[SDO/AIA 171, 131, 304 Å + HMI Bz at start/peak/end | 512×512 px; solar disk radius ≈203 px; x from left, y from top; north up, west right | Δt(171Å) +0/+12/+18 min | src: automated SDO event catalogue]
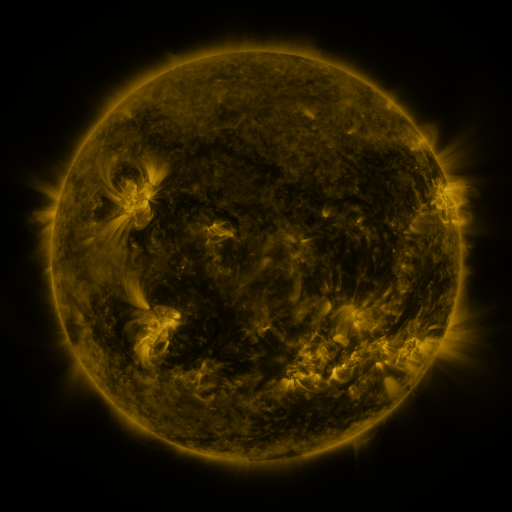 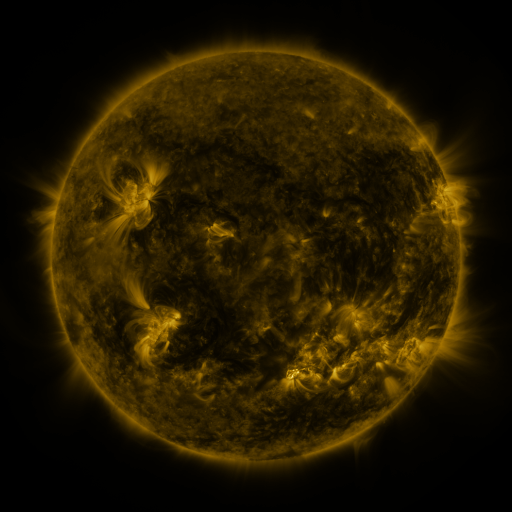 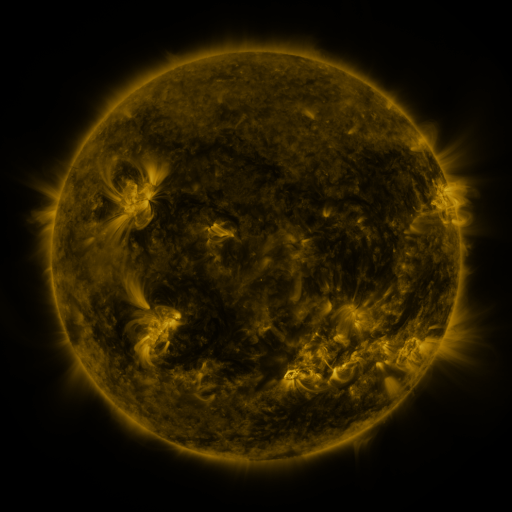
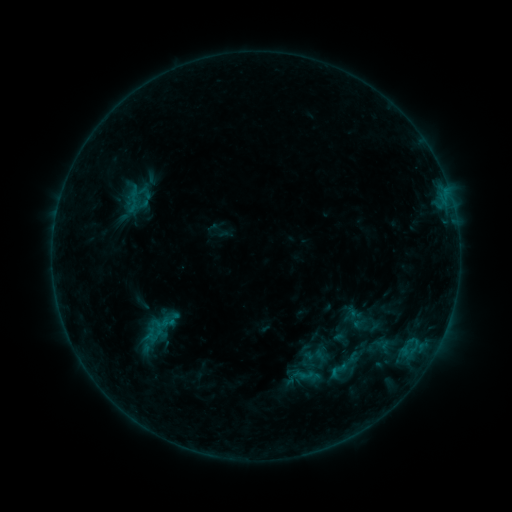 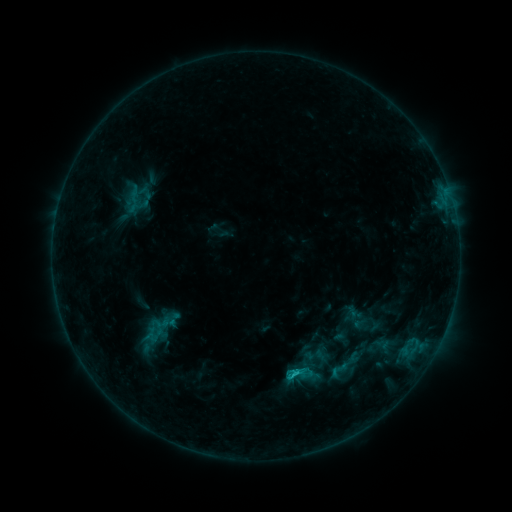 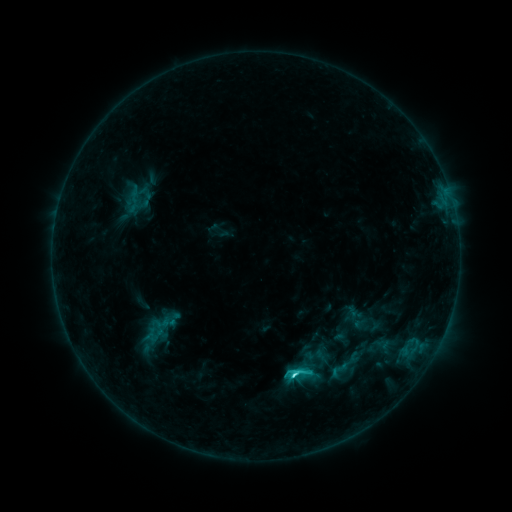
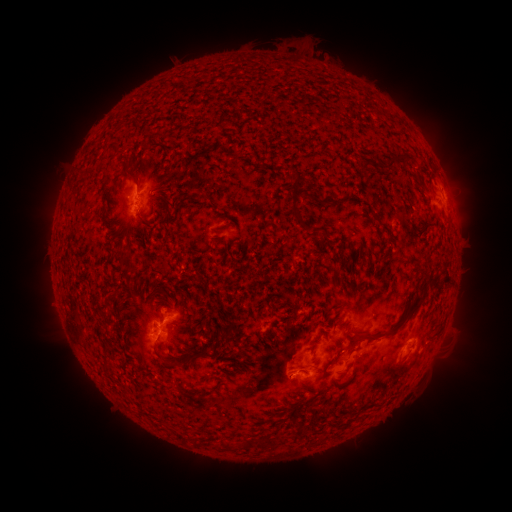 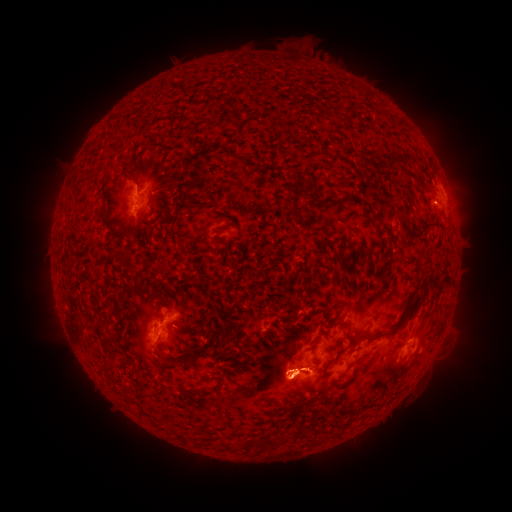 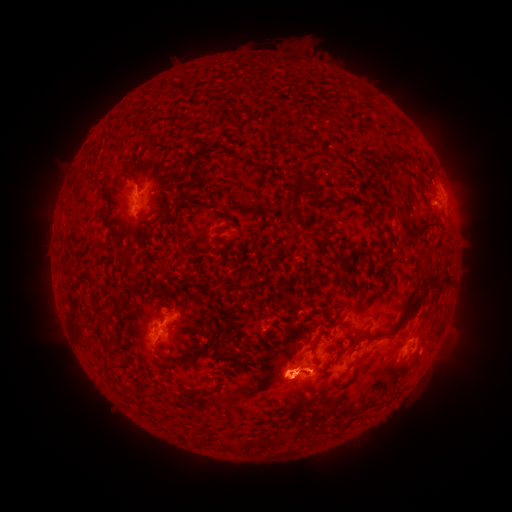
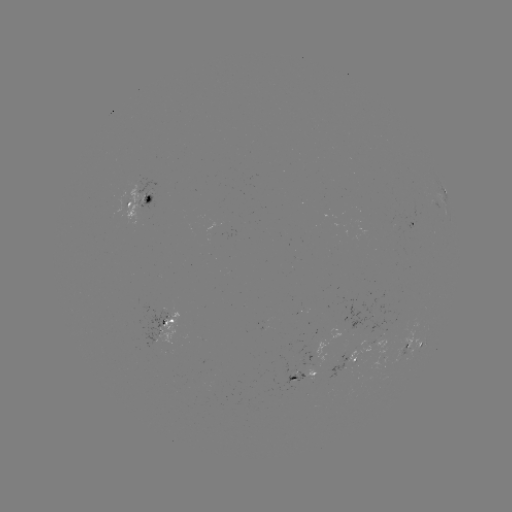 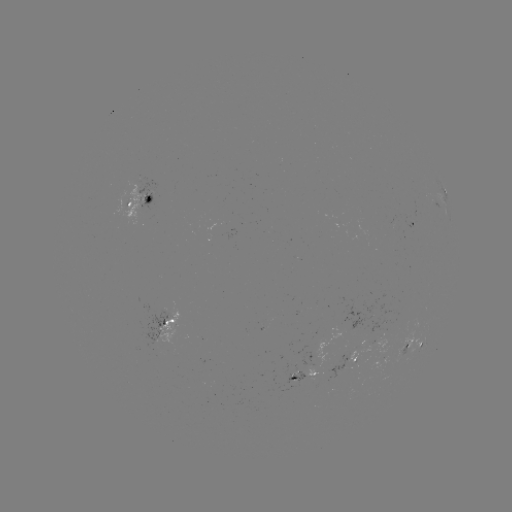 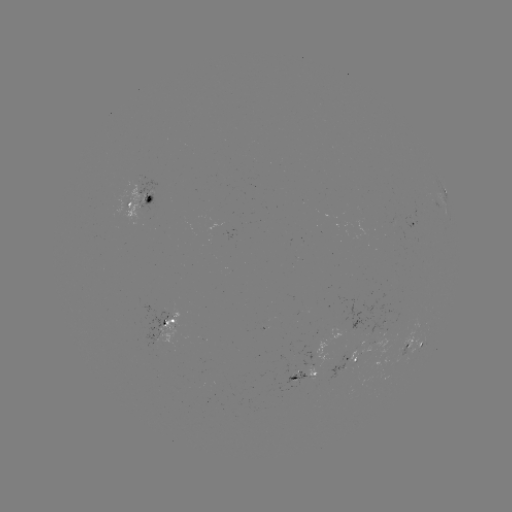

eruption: (241, 328, 334, 445)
